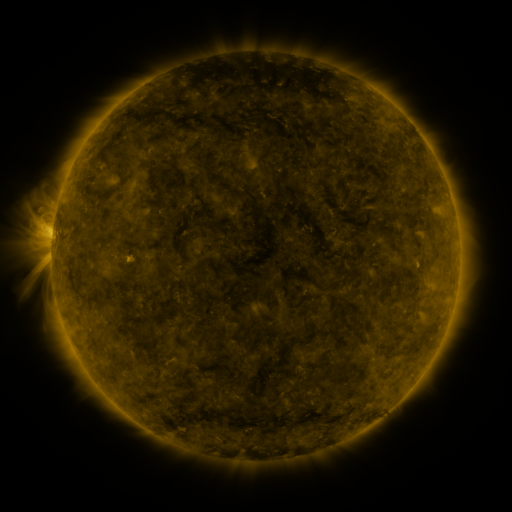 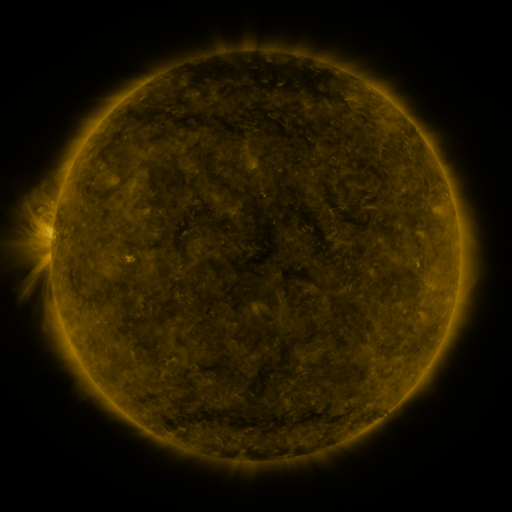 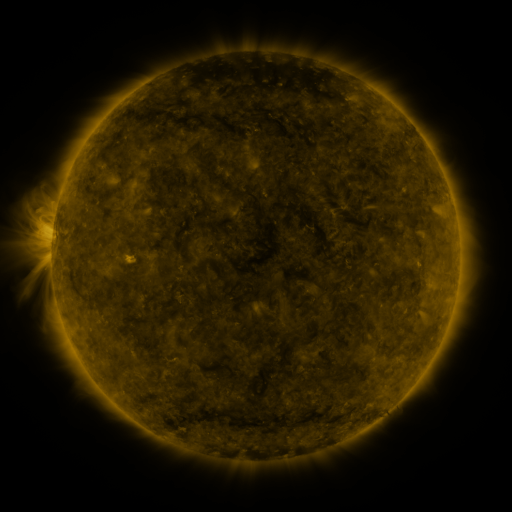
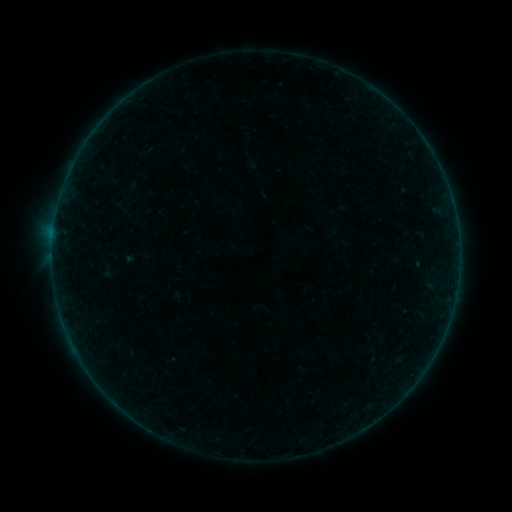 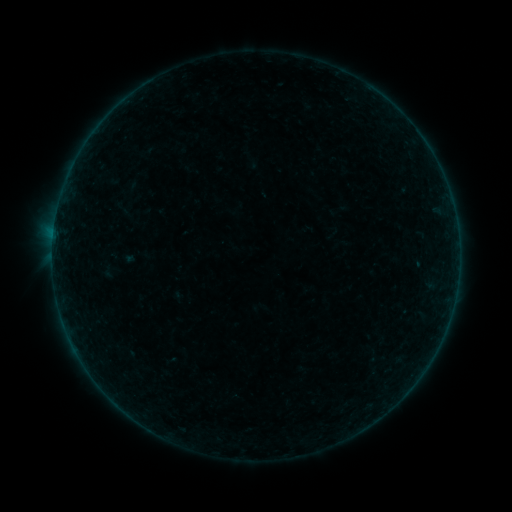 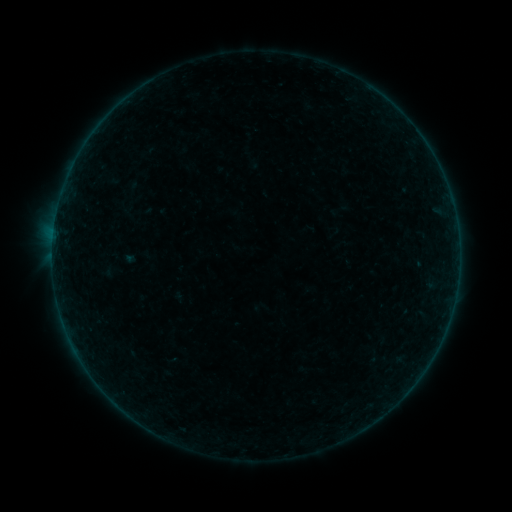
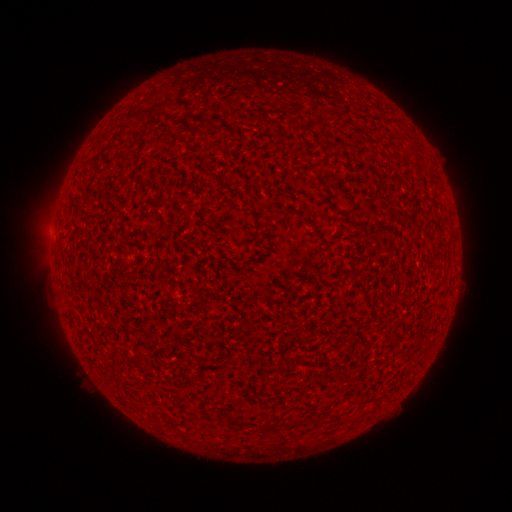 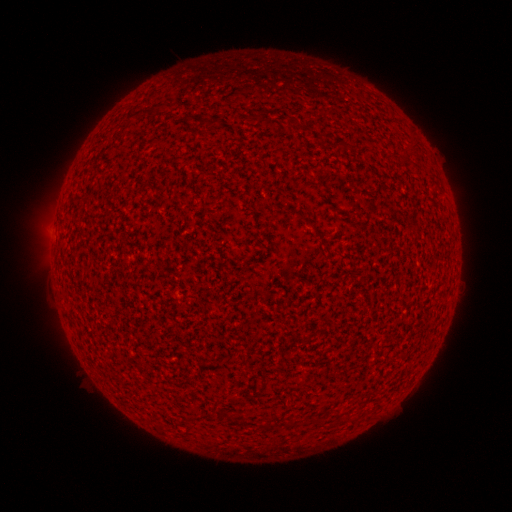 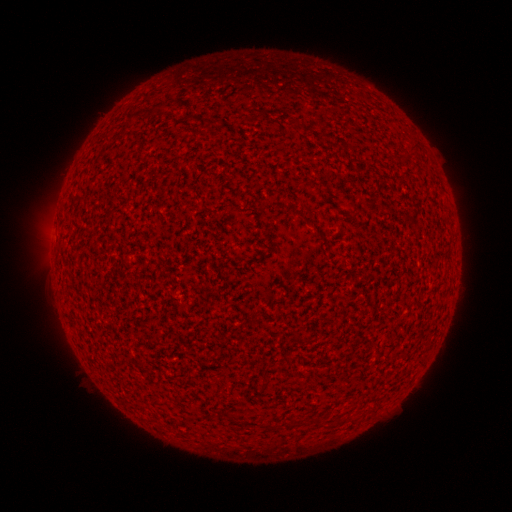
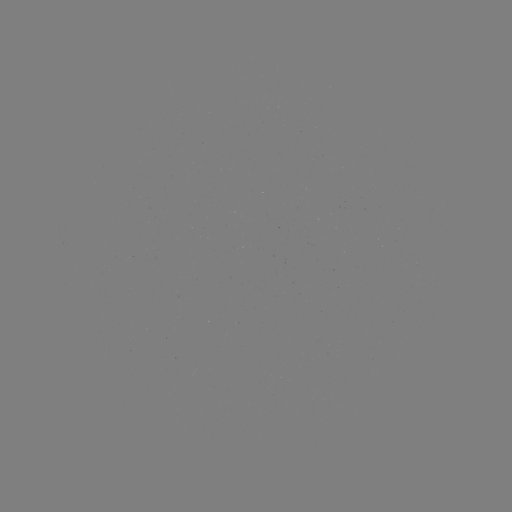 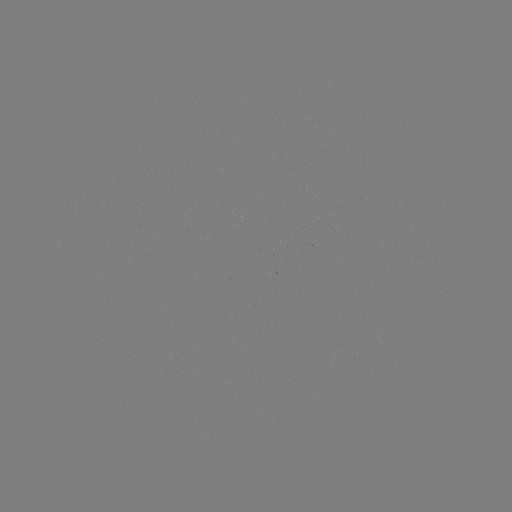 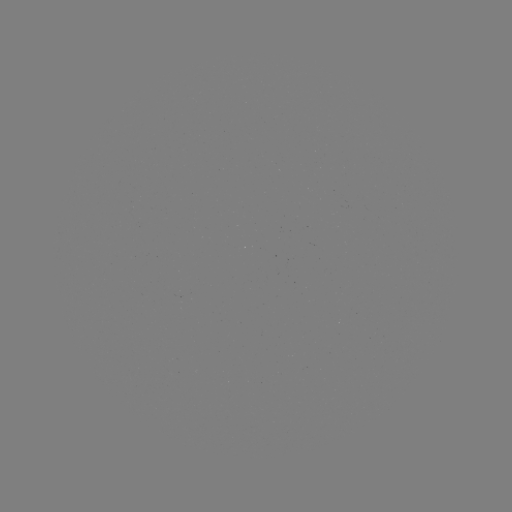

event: flare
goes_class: A5.8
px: (53, 235)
